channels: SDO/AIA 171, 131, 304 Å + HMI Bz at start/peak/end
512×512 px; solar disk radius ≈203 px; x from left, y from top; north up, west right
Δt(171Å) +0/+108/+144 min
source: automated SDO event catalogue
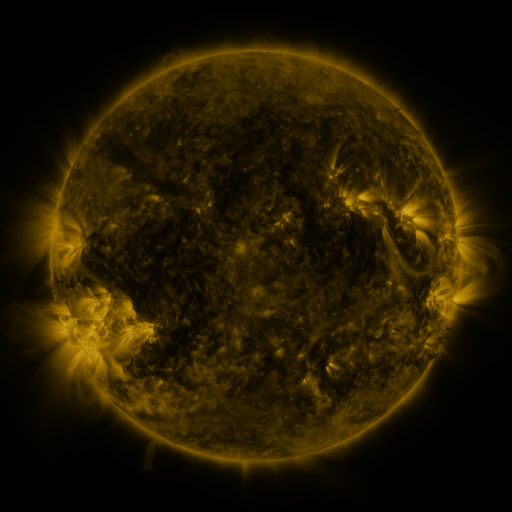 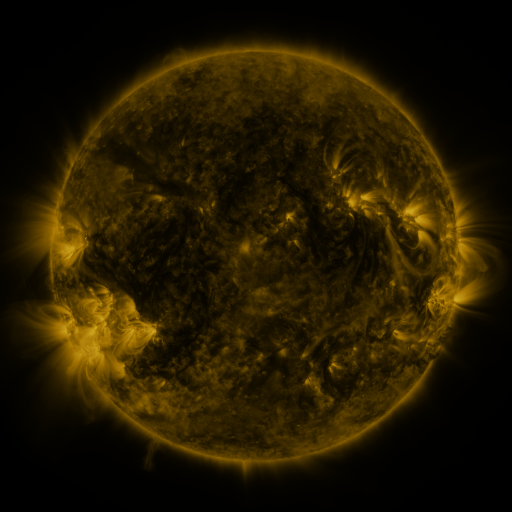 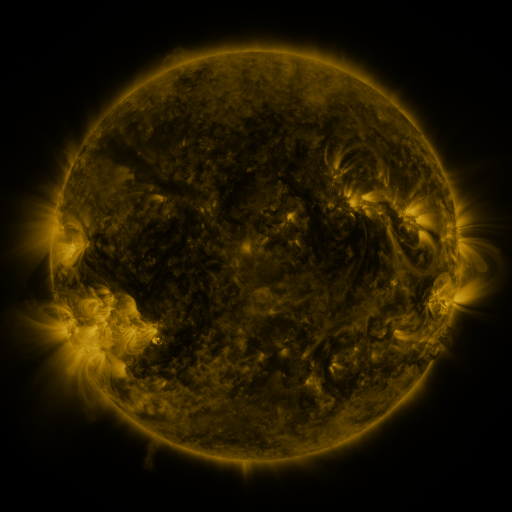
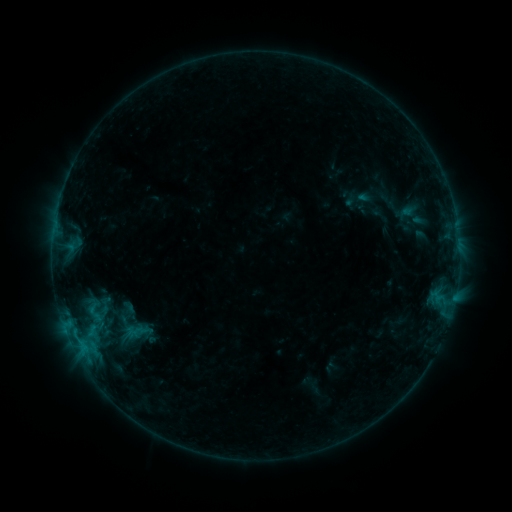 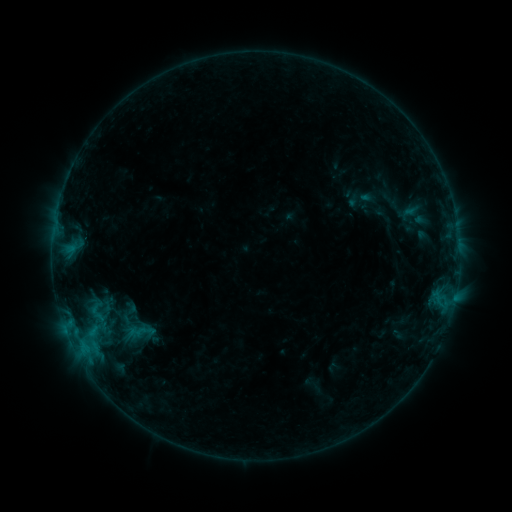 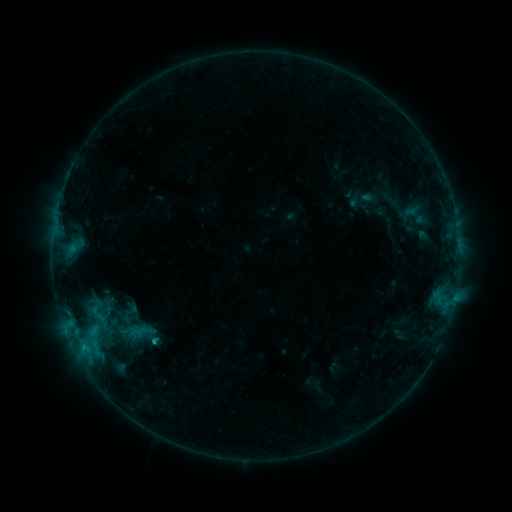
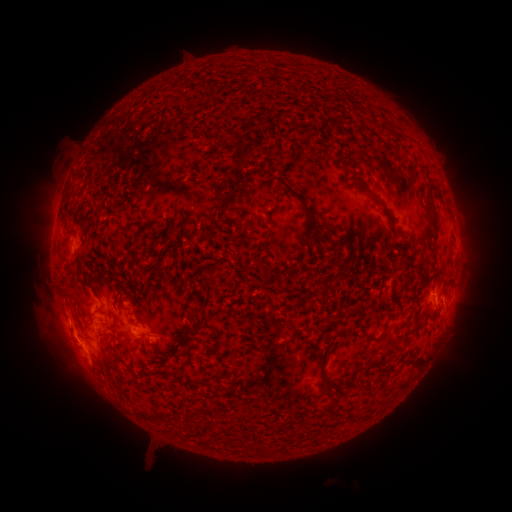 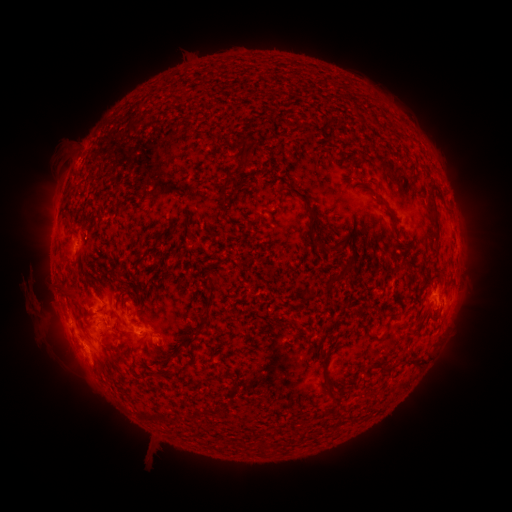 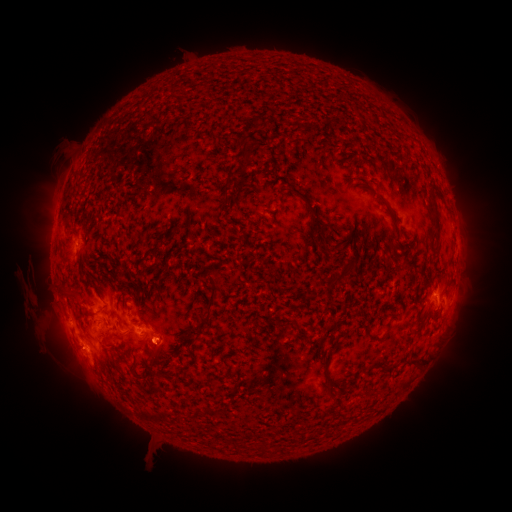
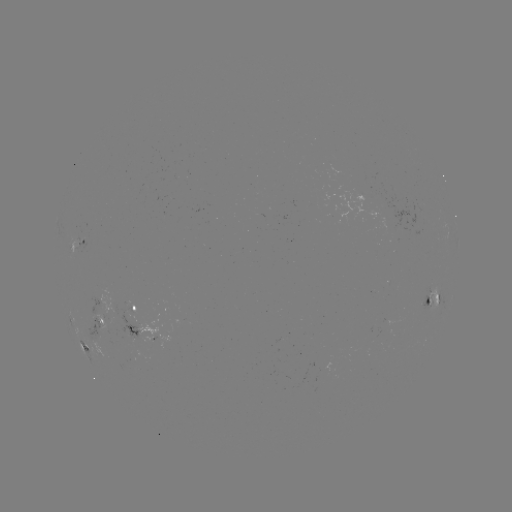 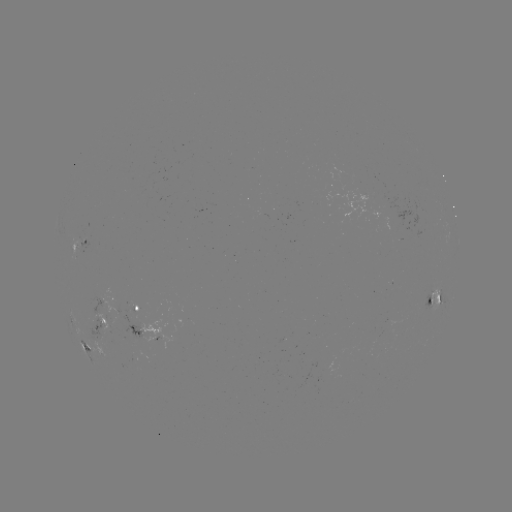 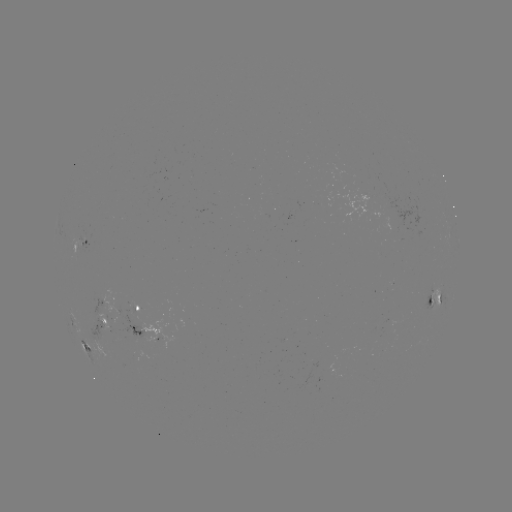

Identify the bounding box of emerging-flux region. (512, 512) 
[90, 315, 113, 330].